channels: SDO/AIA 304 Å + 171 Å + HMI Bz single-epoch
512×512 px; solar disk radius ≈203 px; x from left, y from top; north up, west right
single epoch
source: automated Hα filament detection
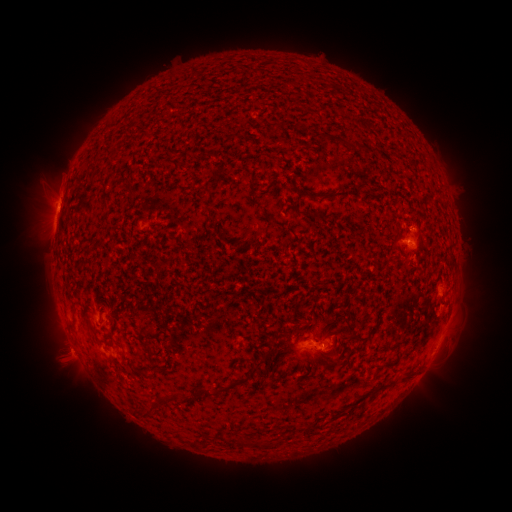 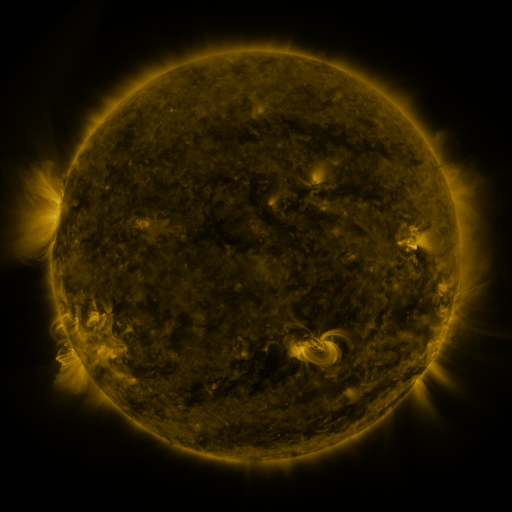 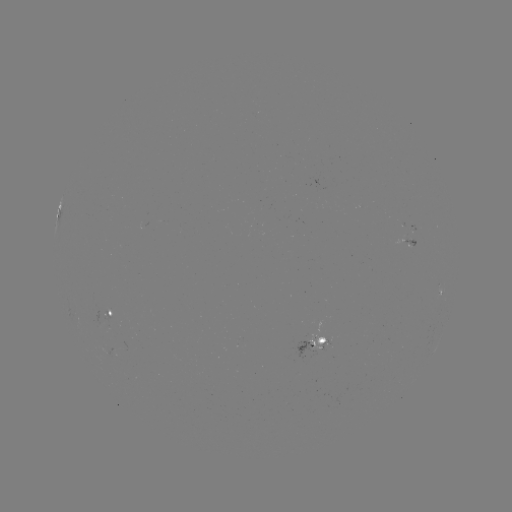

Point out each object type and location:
filament: (205, 184, 213, 195)
filament: (312, 195, 322, 202)
filament: (84, 316, 91, 326)
filament: (251, 358, 260, 368)
filament: (400, 373, 411, 382)
filament: (234, 375, 246, 385)
filament: (196, 385, 213, 398)
filament: (133, 405, 151, 416)
